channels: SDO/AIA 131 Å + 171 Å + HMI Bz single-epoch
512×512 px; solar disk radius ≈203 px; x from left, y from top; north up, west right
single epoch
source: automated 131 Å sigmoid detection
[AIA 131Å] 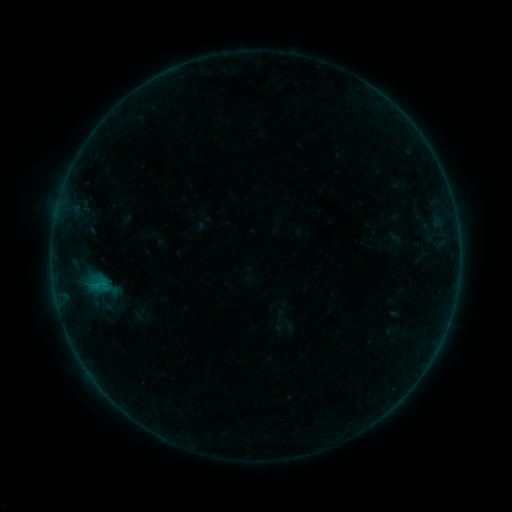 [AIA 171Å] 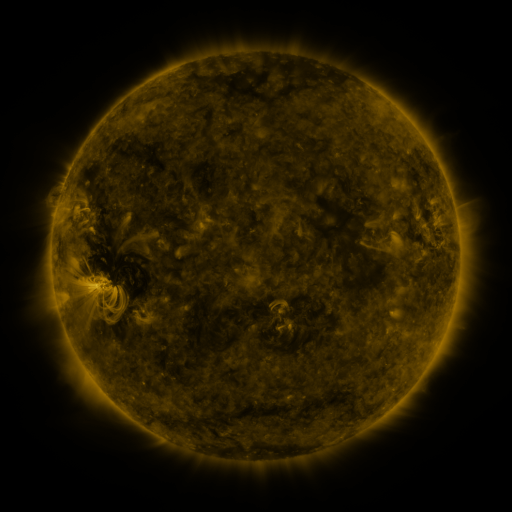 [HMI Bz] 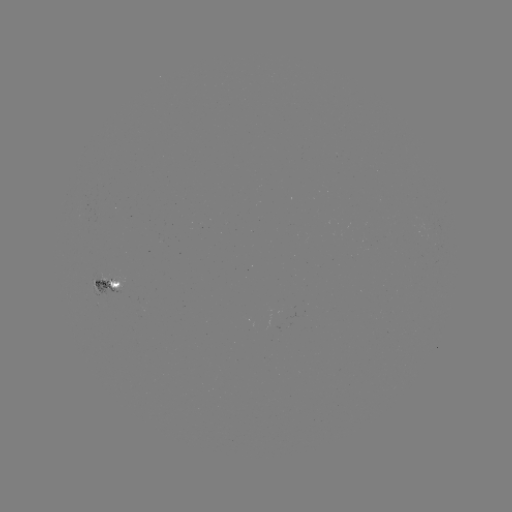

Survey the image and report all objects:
sigmoid: [92, 275, 113, 296]
